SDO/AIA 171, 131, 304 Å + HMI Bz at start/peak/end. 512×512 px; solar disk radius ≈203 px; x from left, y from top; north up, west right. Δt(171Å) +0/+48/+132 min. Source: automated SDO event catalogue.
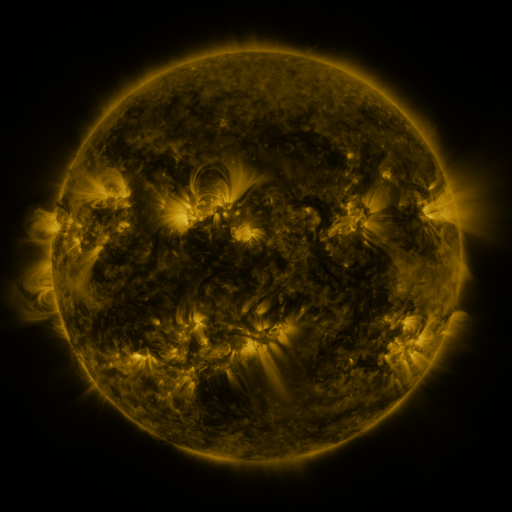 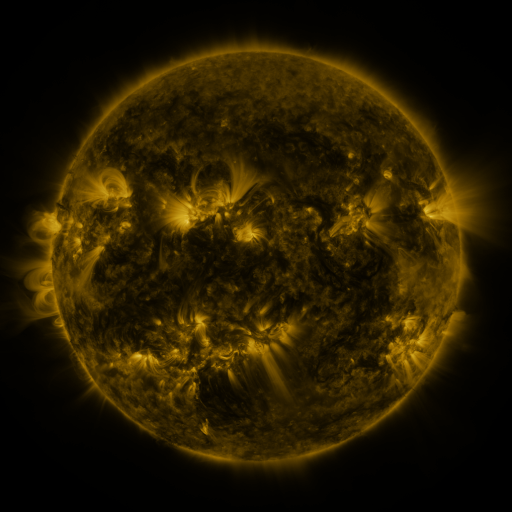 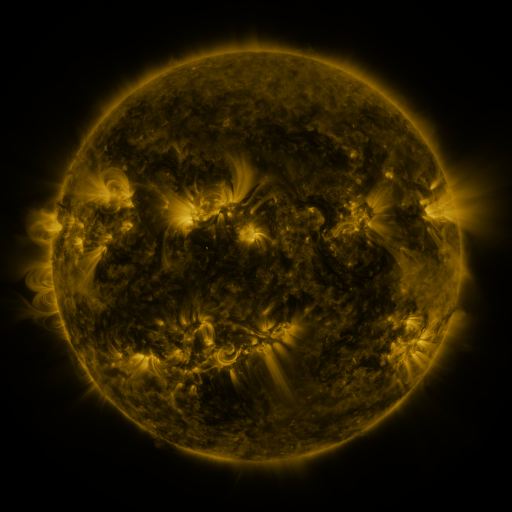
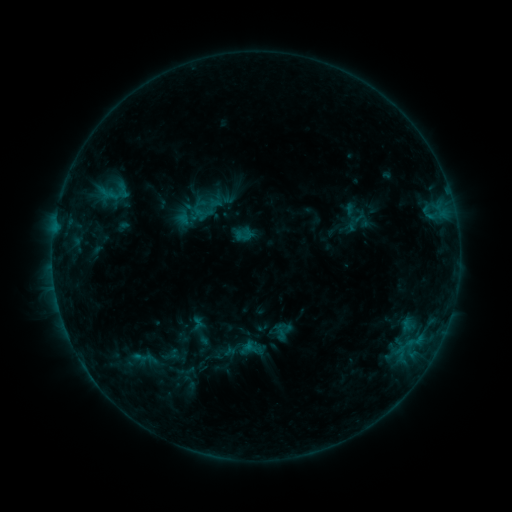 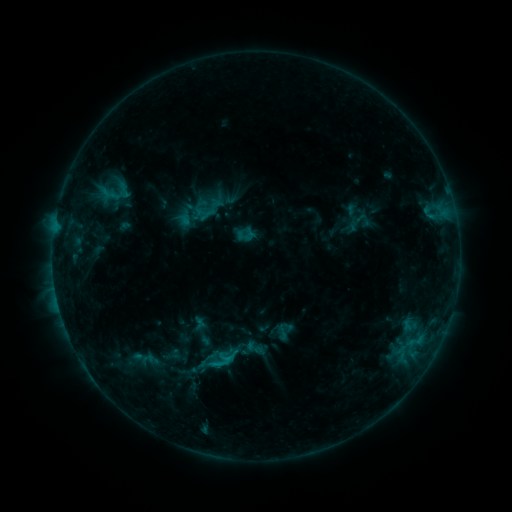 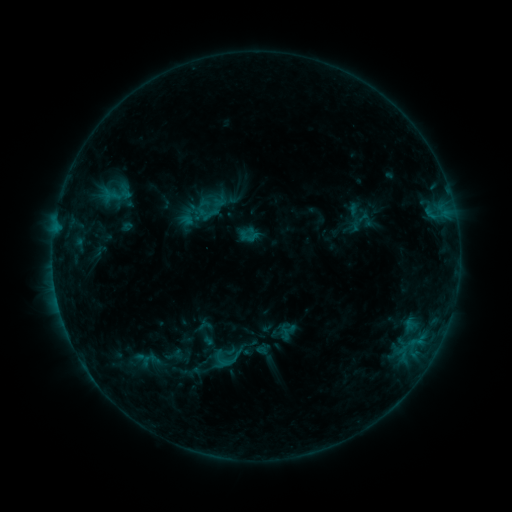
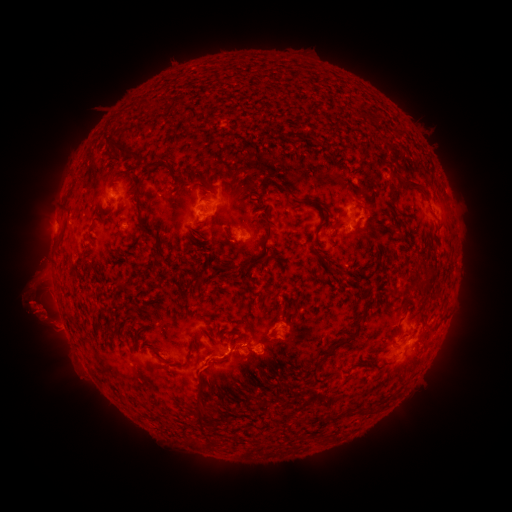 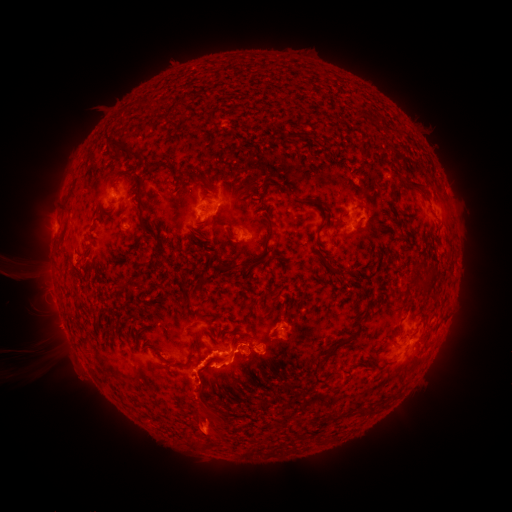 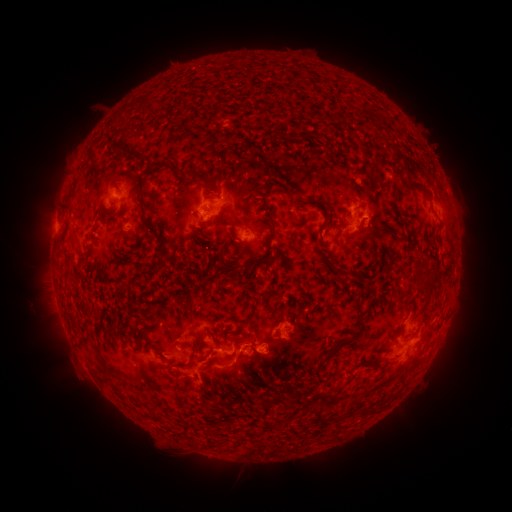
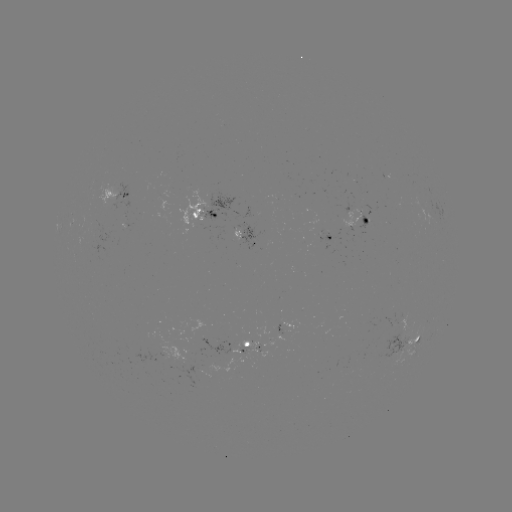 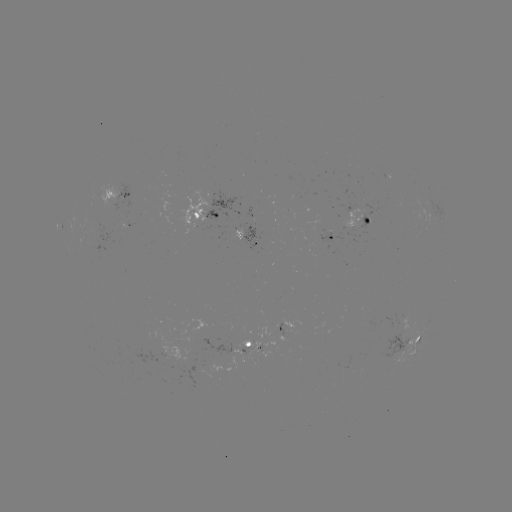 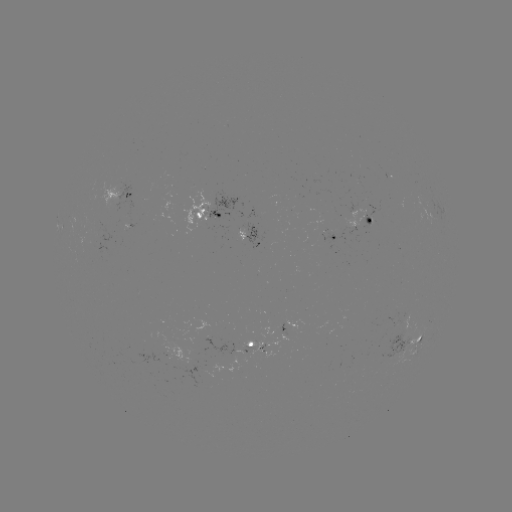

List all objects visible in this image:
C1.4 flare: (227, 356)
